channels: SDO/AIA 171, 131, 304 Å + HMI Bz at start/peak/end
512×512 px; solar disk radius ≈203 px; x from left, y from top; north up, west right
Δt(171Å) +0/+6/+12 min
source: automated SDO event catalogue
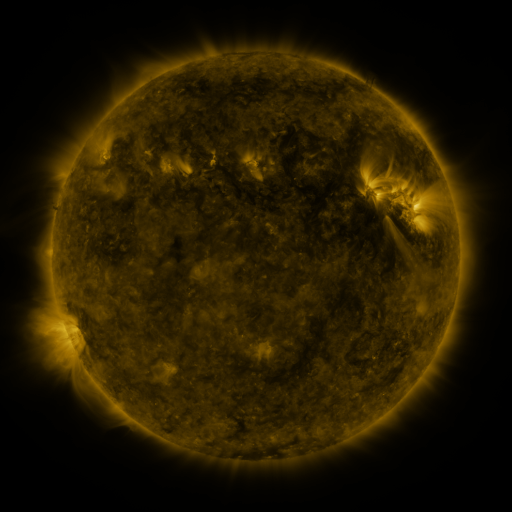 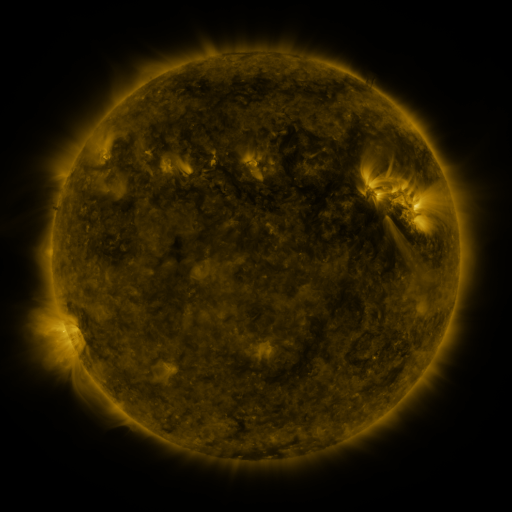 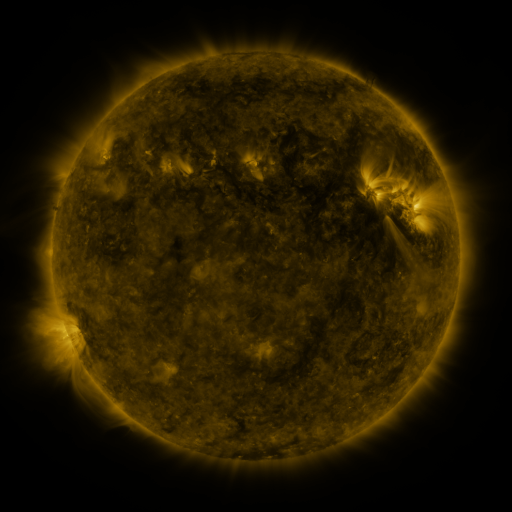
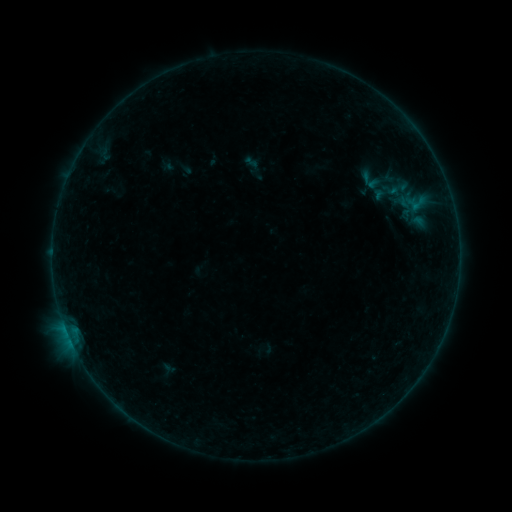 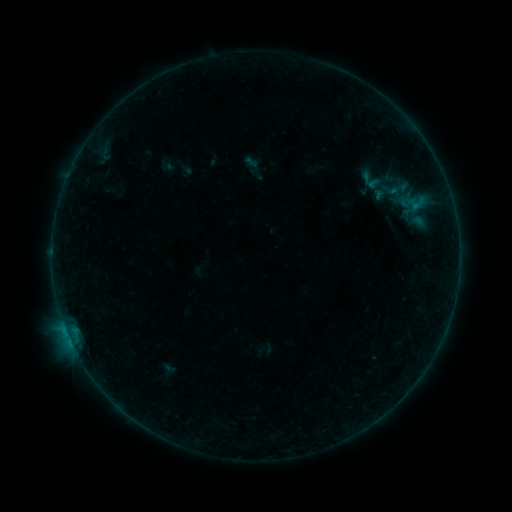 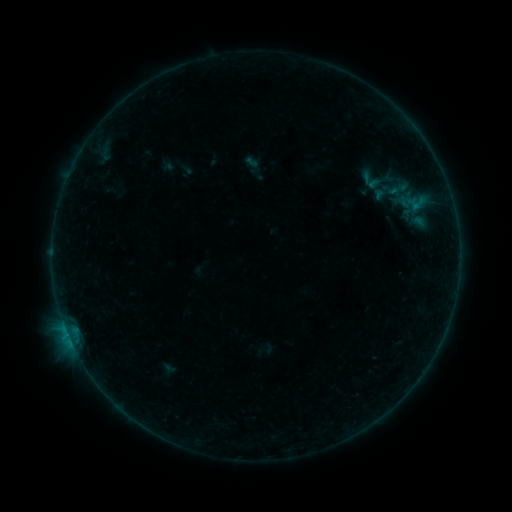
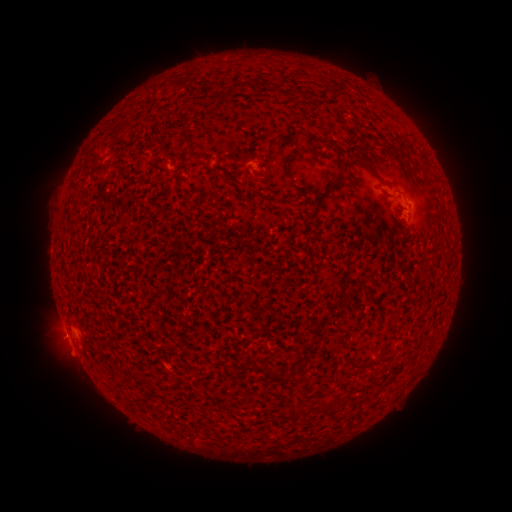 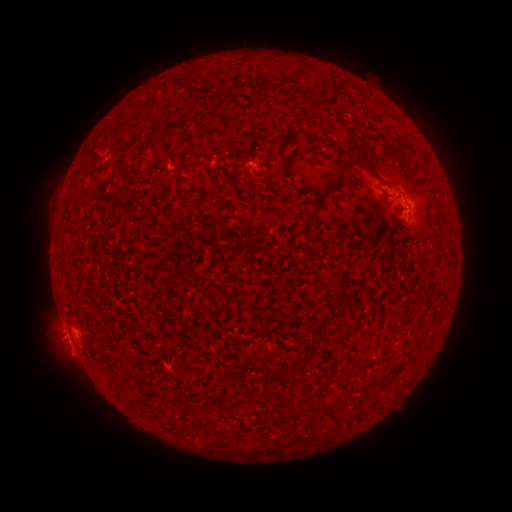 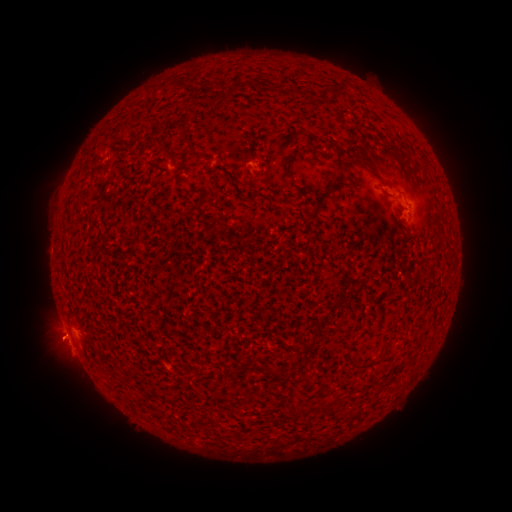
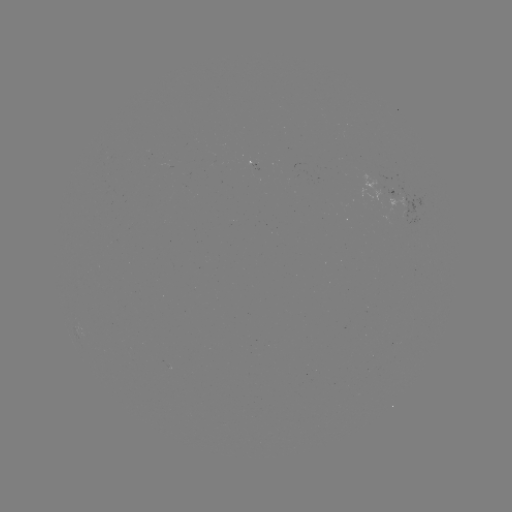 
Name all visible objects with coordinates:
B2.1 flare: (66, 329)
